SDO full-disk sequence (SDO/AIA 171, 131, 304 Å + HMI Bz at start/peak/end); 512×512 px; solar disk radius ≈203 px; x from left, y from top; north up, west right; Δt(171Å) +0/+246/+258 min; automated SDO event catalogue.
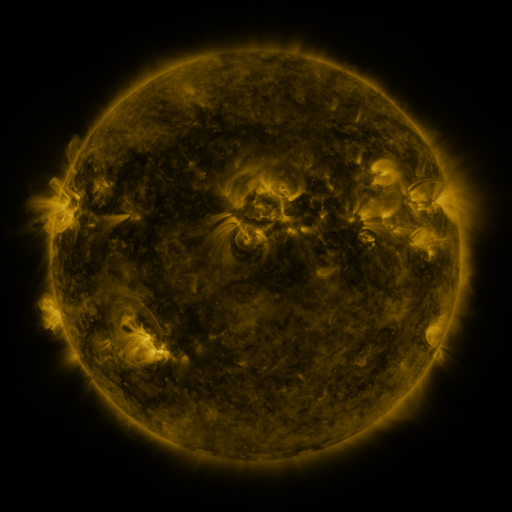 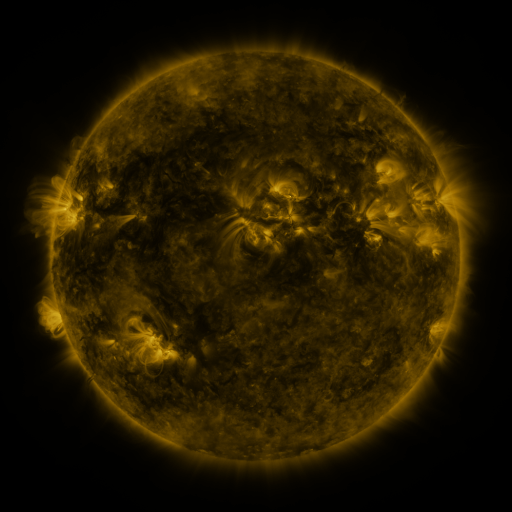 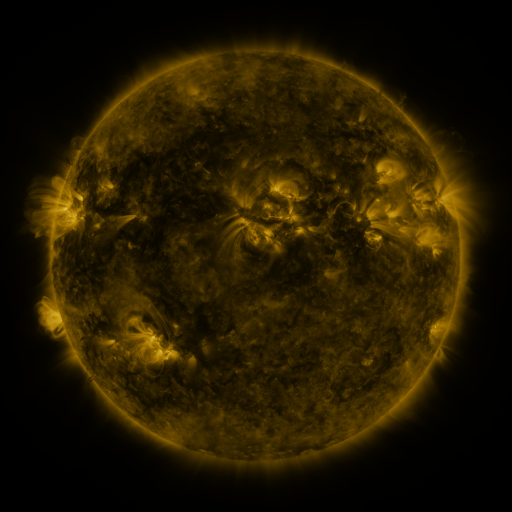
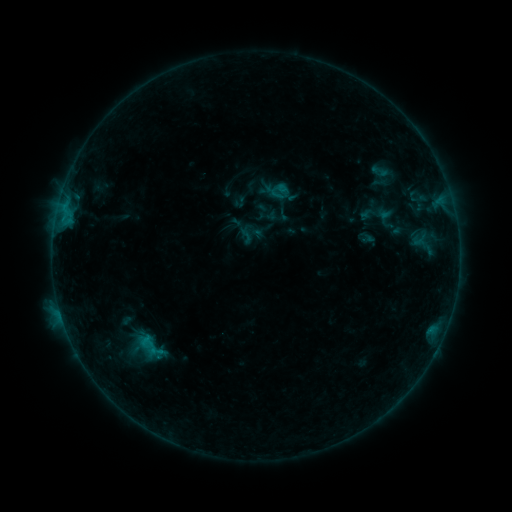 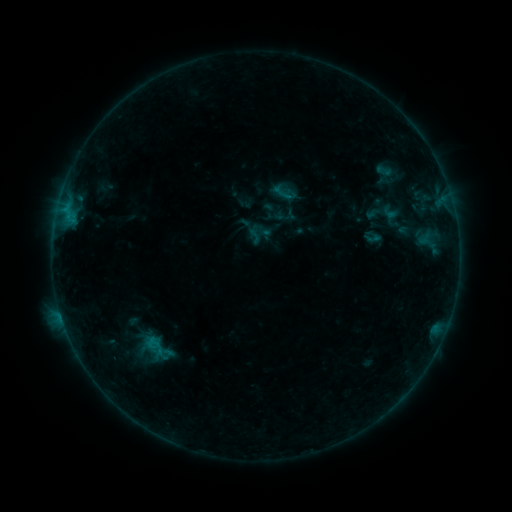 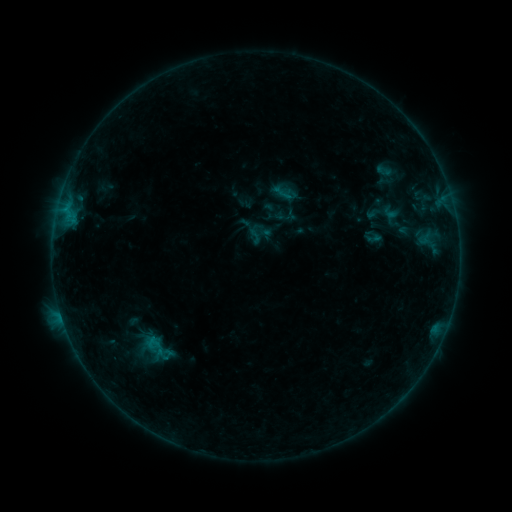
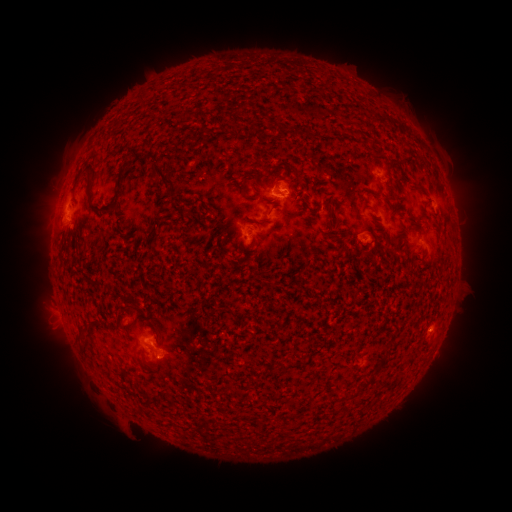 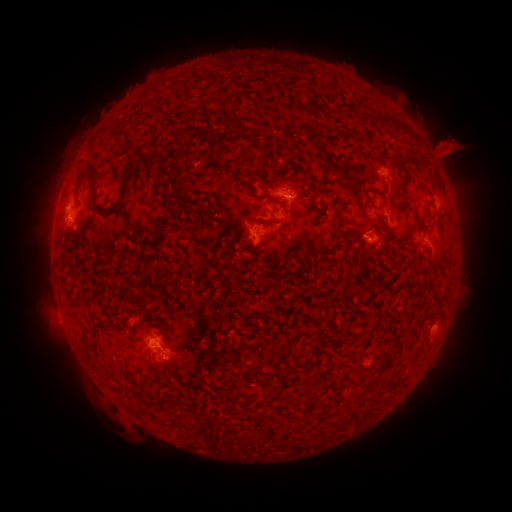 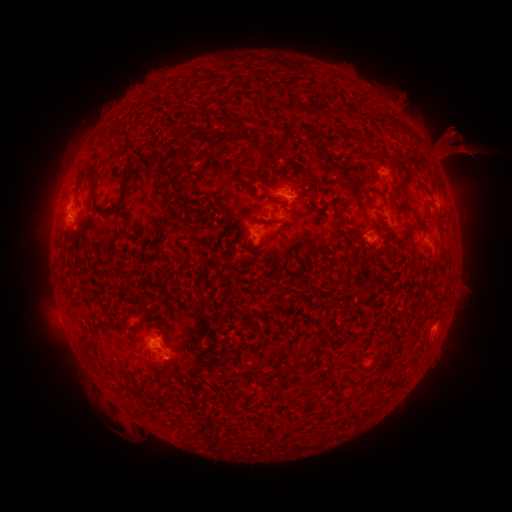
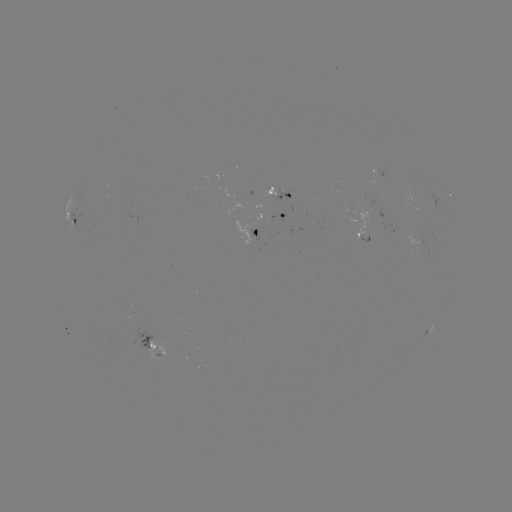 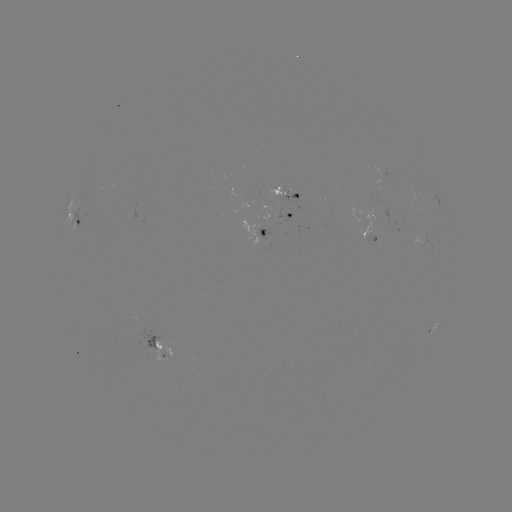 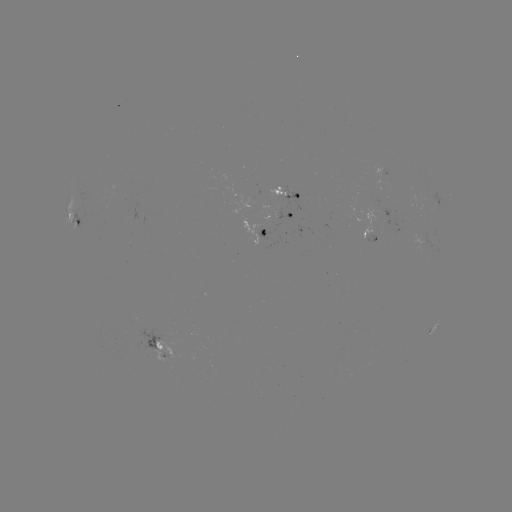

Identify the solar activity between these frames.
emerging-flux region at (291, 194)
